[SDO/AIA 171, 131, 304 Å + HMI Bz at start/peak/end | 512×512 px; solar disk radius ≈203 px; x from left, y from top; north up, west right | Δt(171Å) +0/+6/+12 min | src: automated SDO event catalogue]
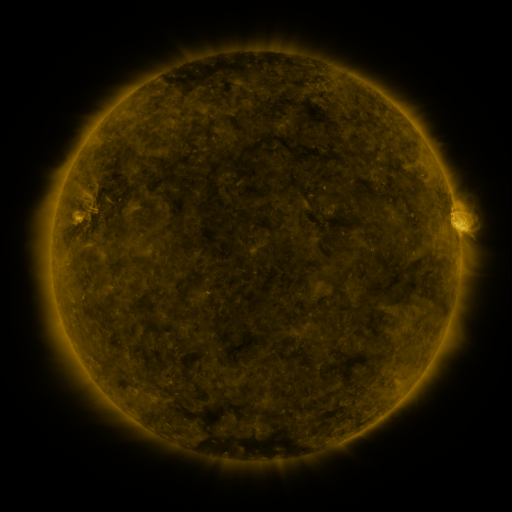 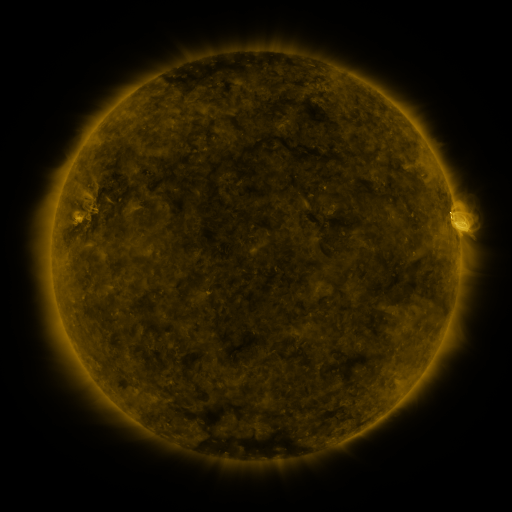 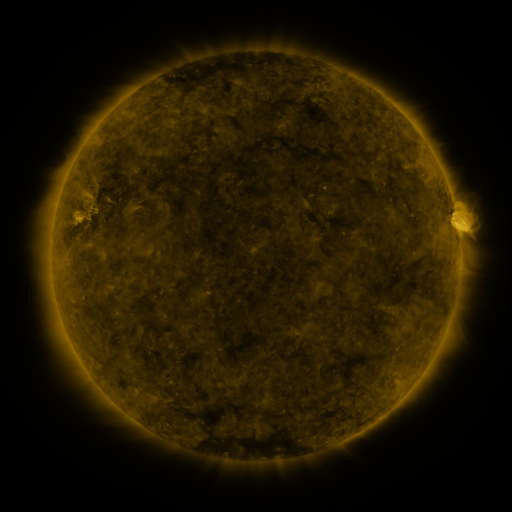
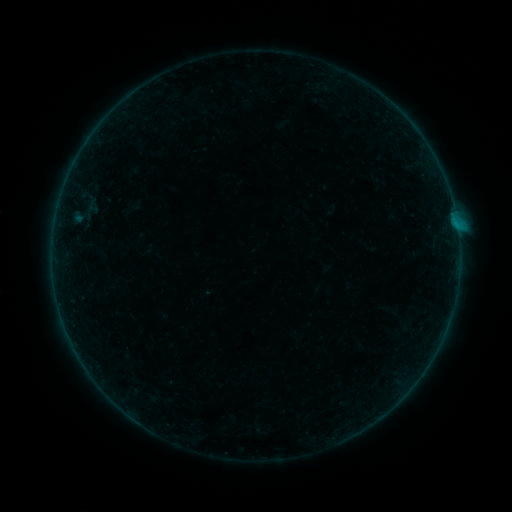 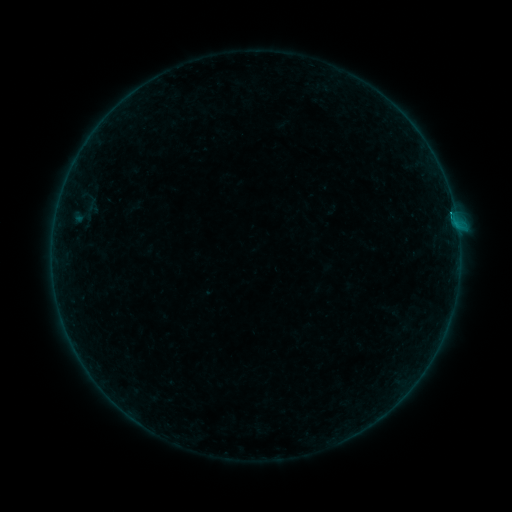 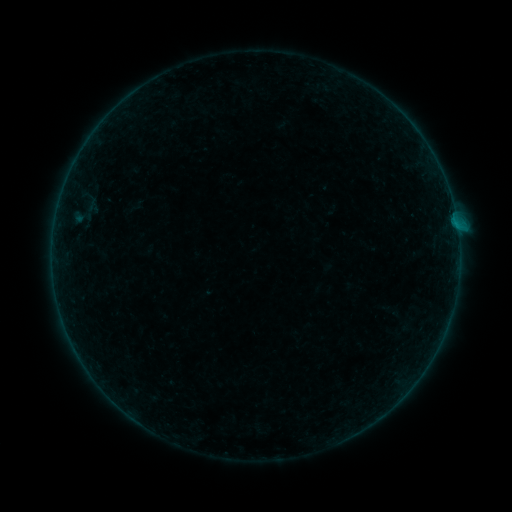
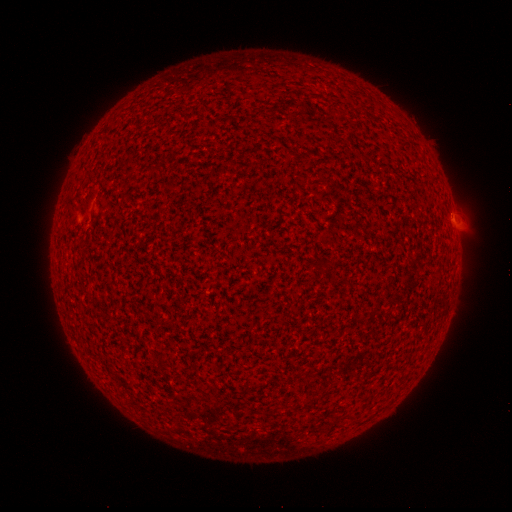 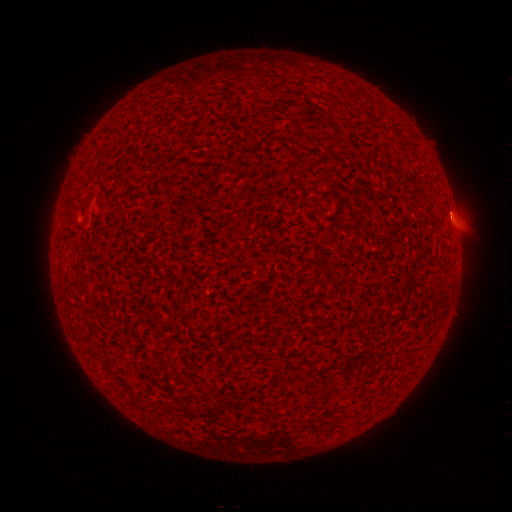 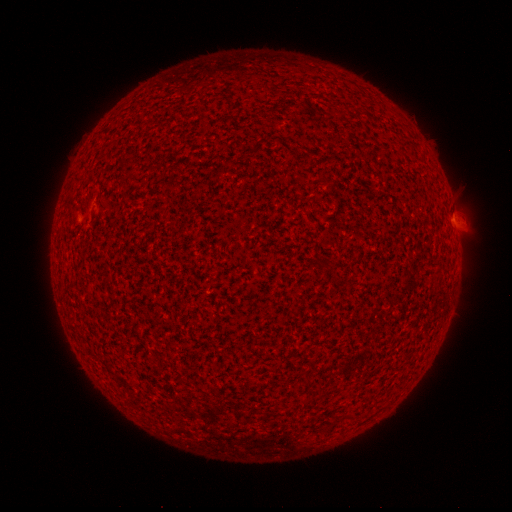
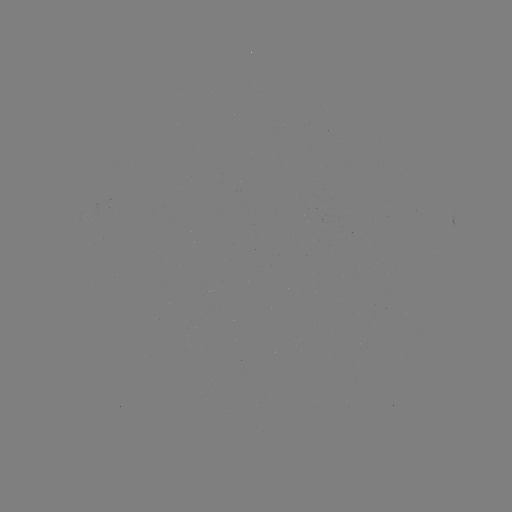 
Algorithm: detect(B1.6 flare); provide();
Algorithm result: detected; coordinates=451,214